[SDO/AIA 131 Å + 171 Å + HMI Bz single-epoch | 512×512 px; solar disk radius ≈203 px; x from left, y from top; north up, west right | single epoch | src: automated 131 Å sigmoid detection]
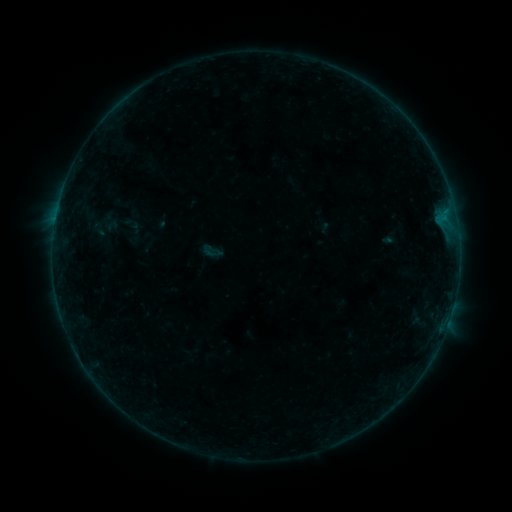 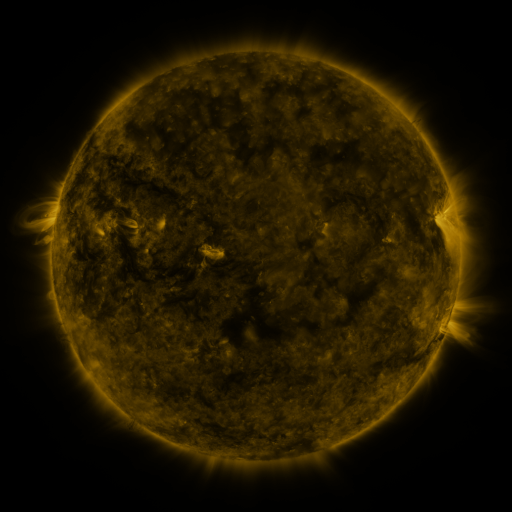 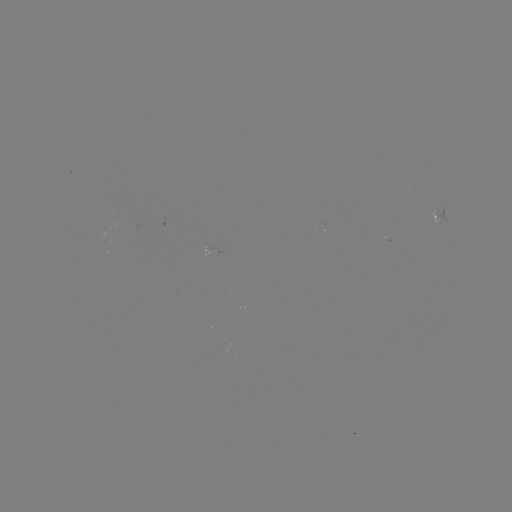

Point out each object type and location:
sigmoid: (212, 251)
